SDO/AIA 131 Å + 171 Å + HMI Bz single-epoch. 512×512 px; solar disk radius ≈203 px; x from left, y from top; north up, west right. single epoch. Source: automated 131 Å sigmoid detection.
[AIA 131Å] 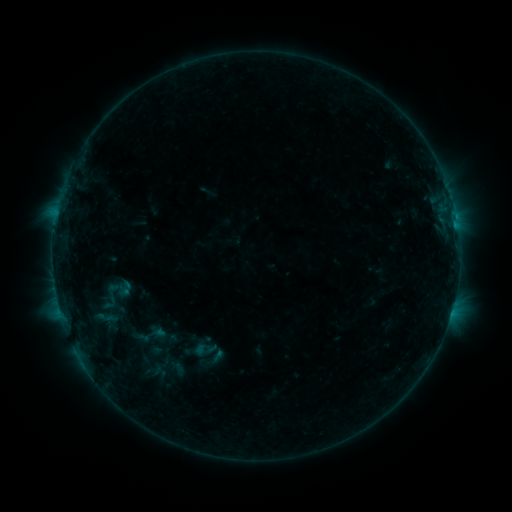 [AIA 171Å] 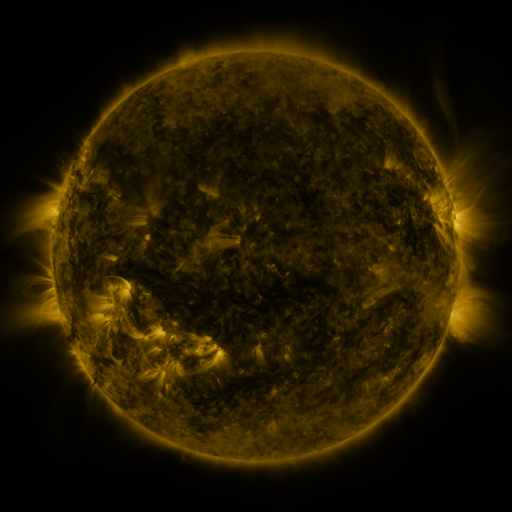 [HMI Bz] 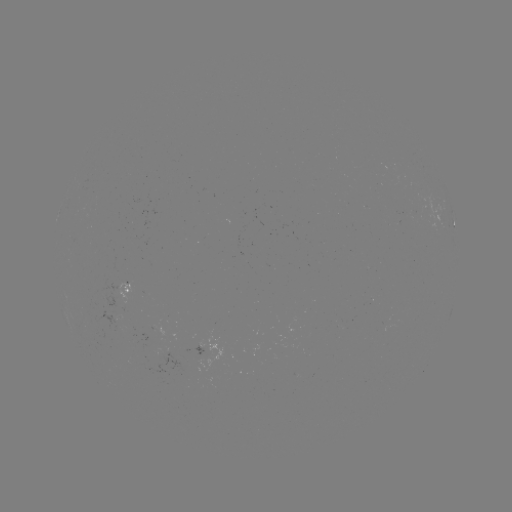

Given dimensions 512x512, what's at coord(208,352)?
sigmoid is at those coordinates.